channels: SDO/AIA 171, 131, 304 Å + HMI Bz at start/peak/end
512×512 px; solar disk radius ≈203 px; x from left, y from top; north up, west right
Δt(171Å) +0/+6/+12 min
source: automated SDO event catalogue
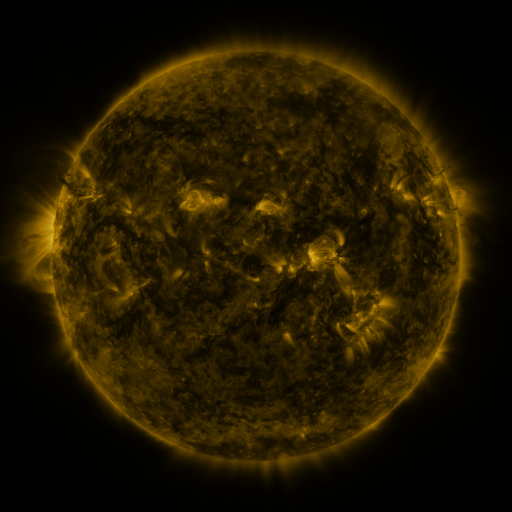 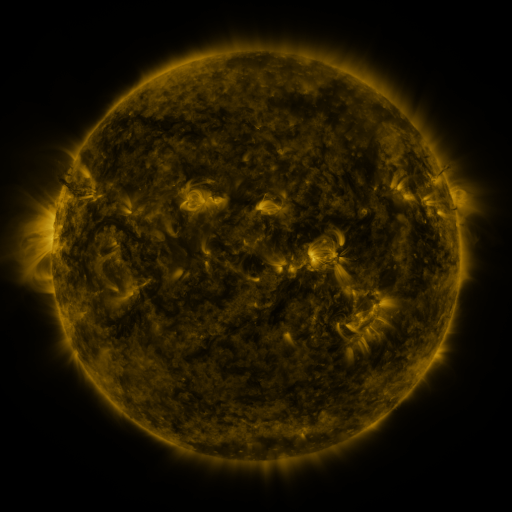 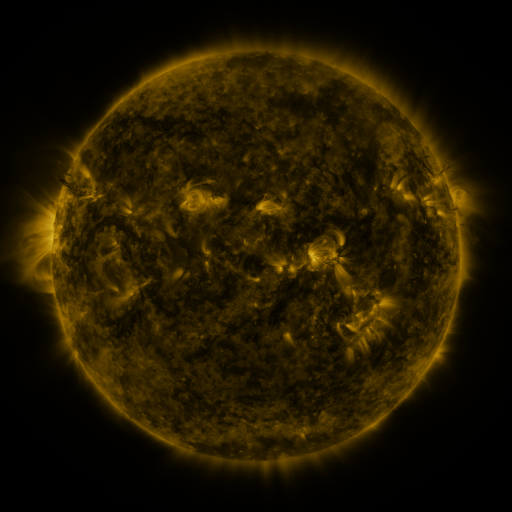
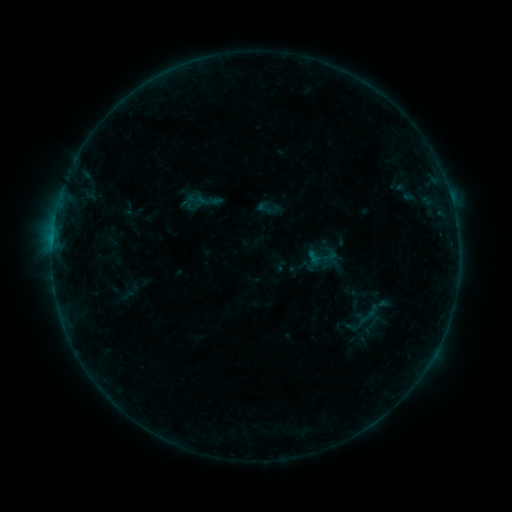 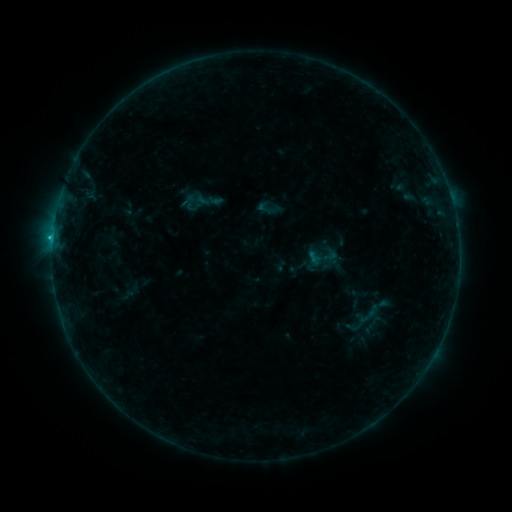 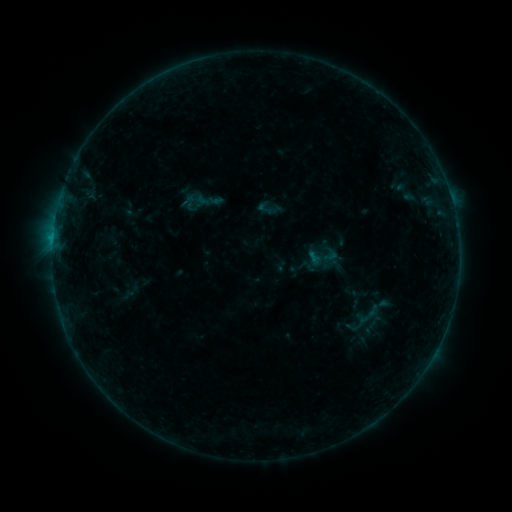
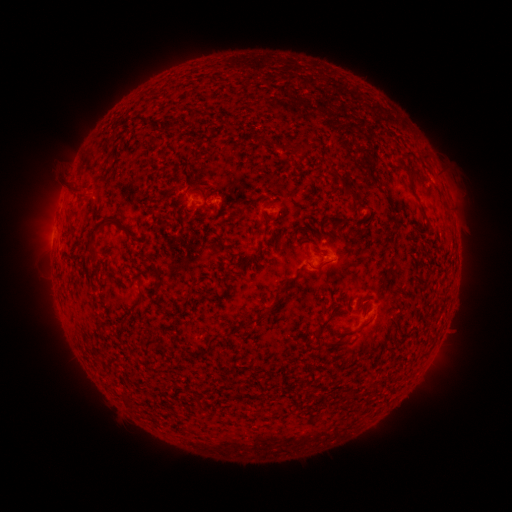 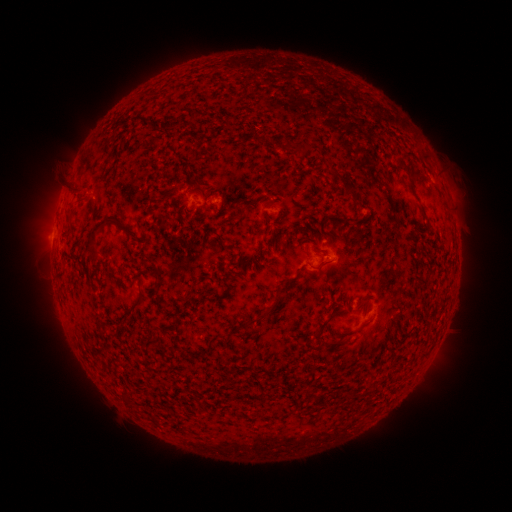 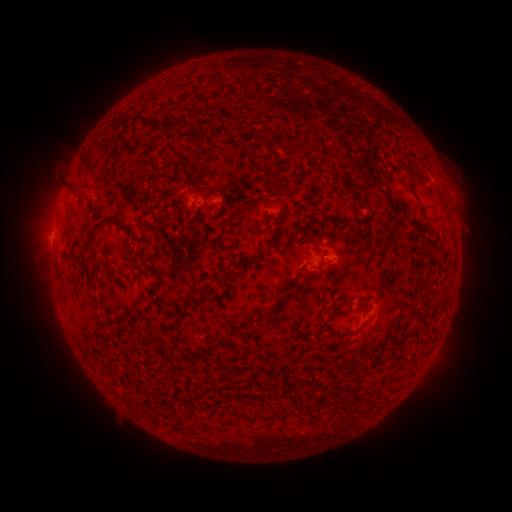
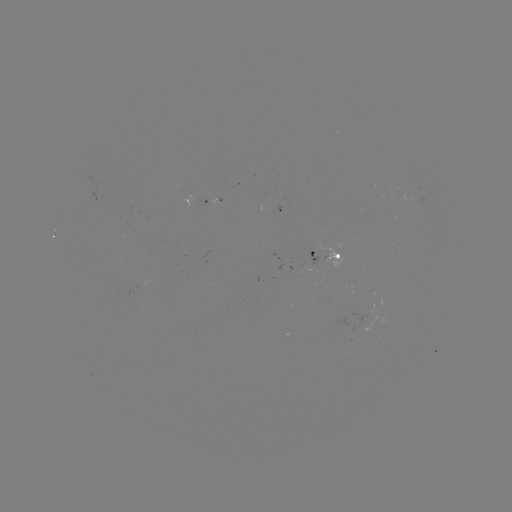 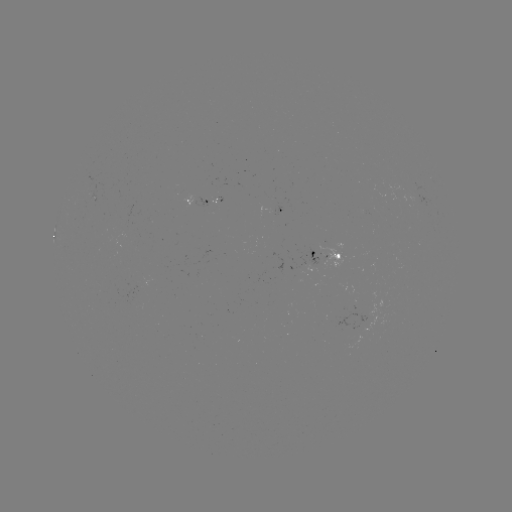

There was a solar flare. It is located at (53, 237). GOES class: B6.2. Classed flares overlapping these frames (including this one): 1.